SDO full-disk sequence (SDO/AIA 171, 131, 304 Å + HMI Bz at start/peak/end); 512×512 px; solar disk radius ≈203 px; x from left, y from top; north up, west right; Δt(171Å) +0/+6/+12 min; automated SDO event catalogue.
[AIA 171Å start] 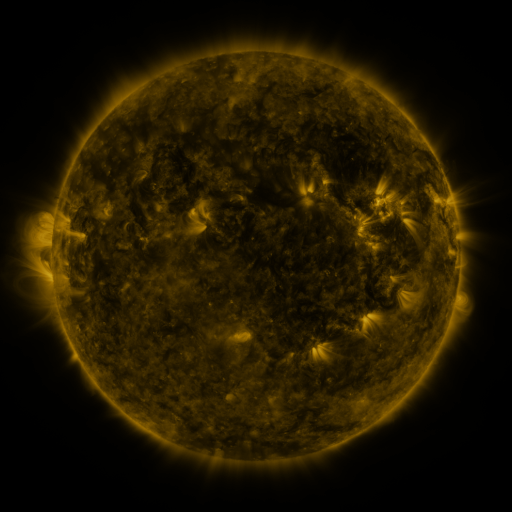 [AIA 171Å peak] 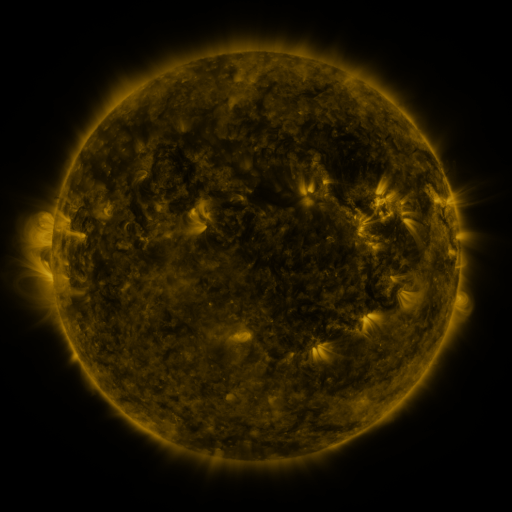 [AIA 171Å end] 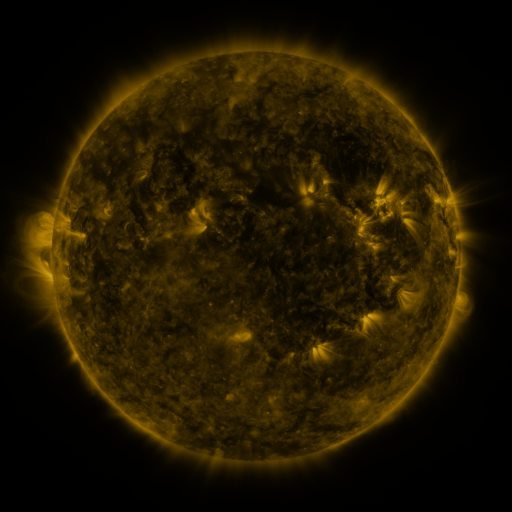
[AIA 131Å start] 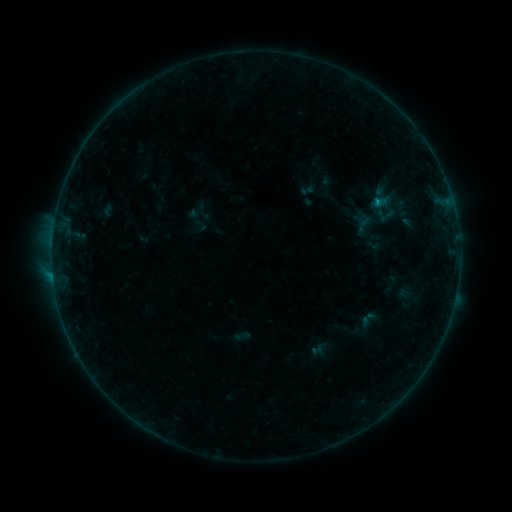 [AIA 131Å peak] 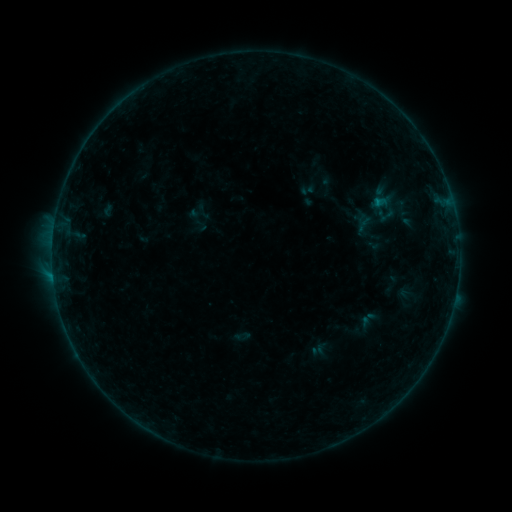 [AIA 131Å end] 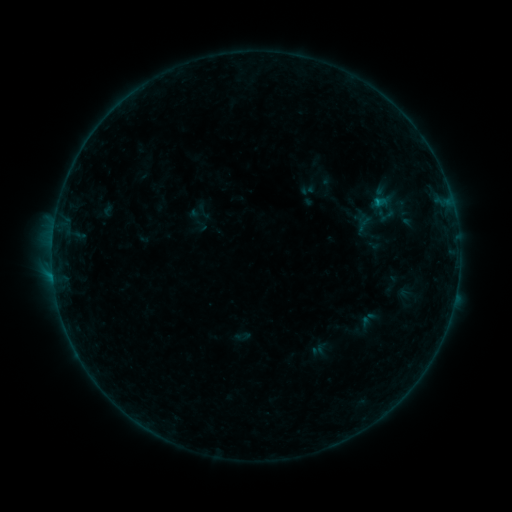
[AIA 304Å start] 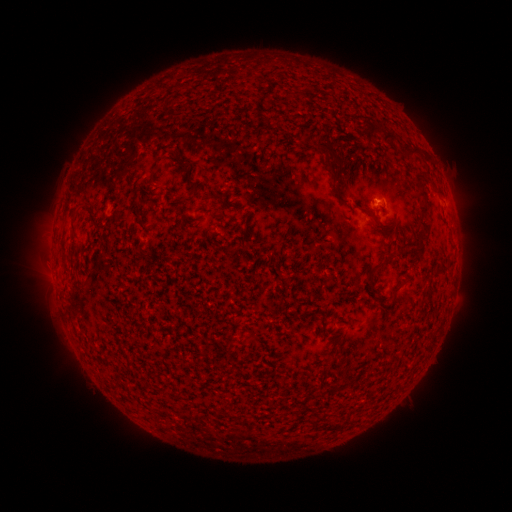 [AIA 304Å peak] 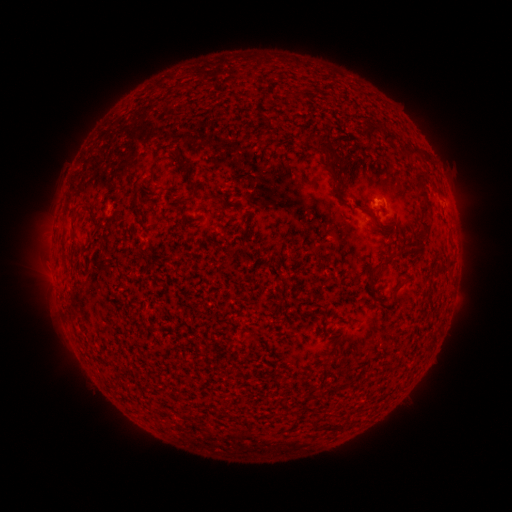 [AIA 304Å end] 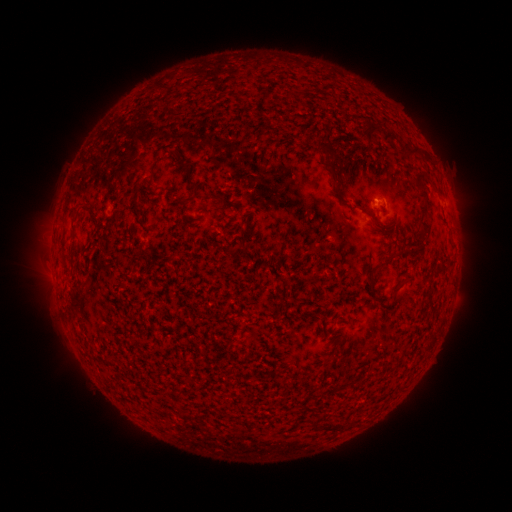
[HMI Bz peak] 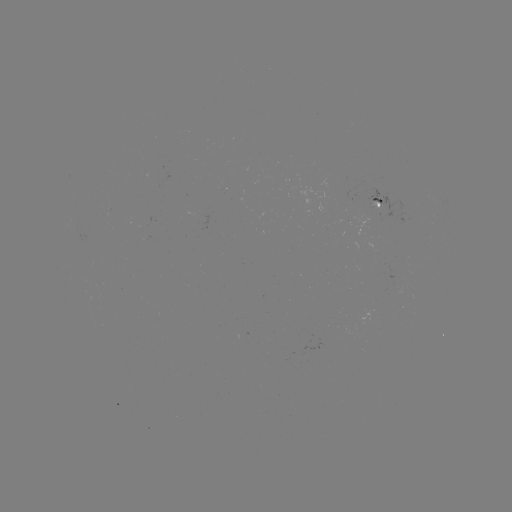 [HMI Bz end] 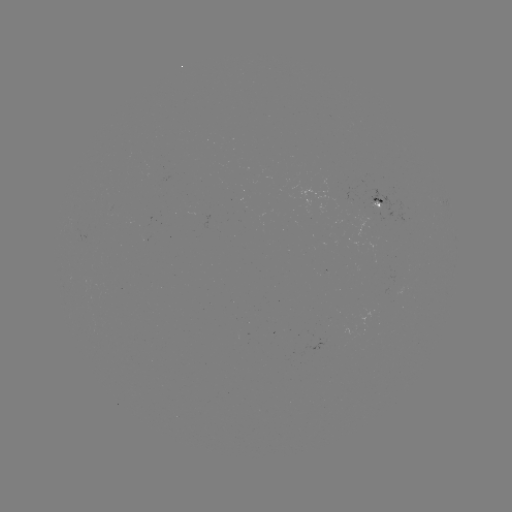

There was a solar flare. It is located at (377, 204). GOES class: B2.6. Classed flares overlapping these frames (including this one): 1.